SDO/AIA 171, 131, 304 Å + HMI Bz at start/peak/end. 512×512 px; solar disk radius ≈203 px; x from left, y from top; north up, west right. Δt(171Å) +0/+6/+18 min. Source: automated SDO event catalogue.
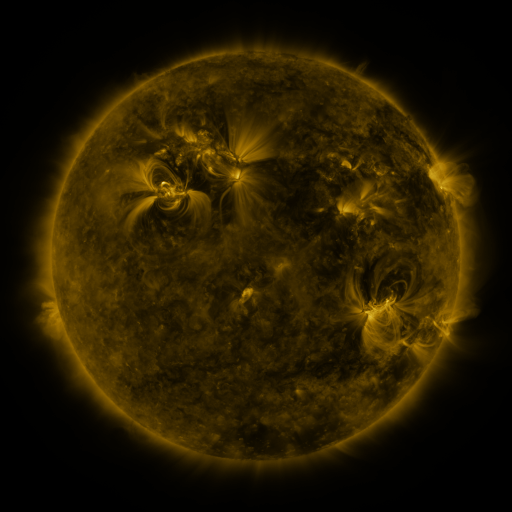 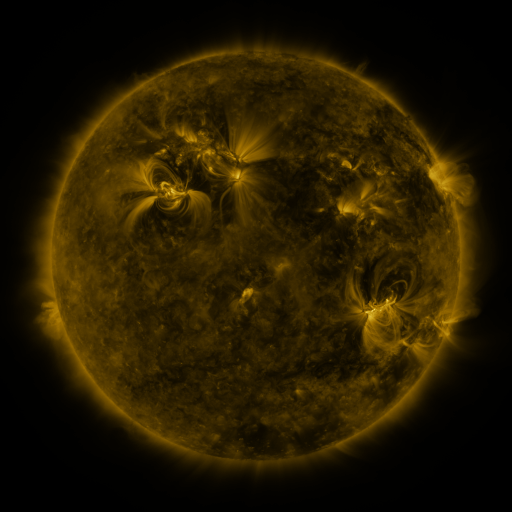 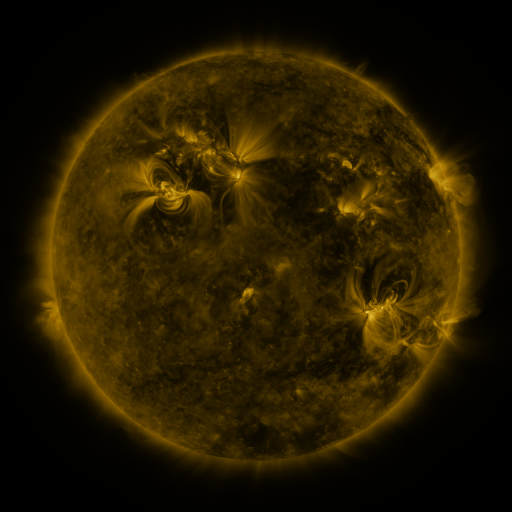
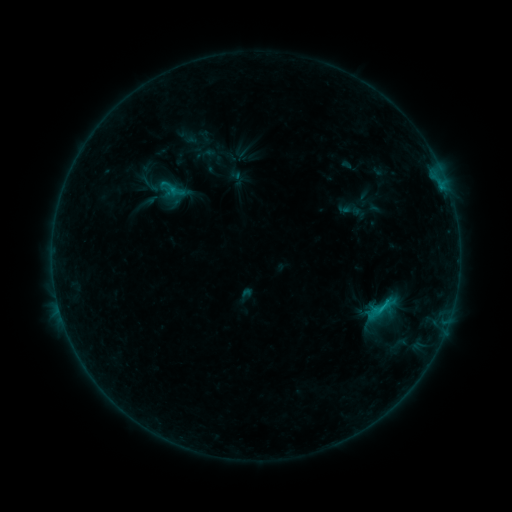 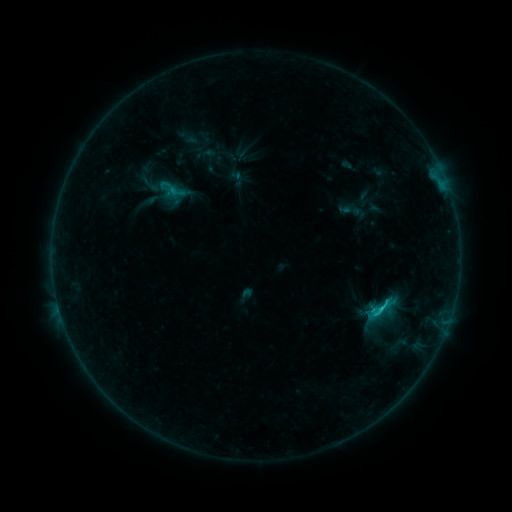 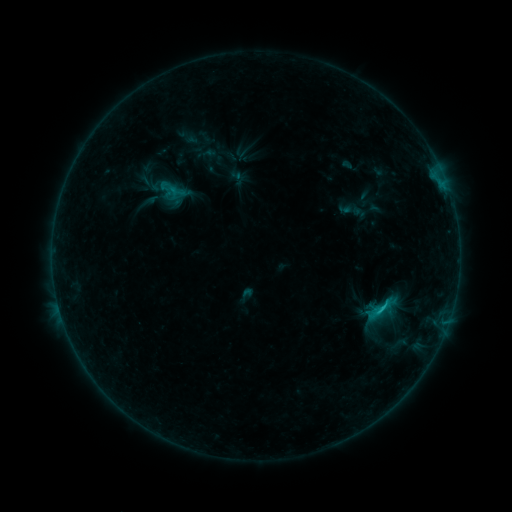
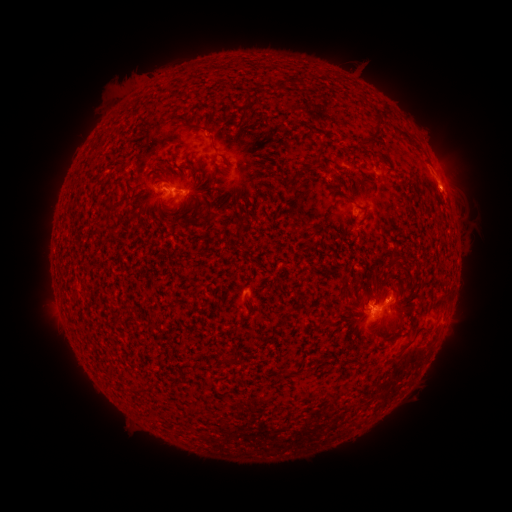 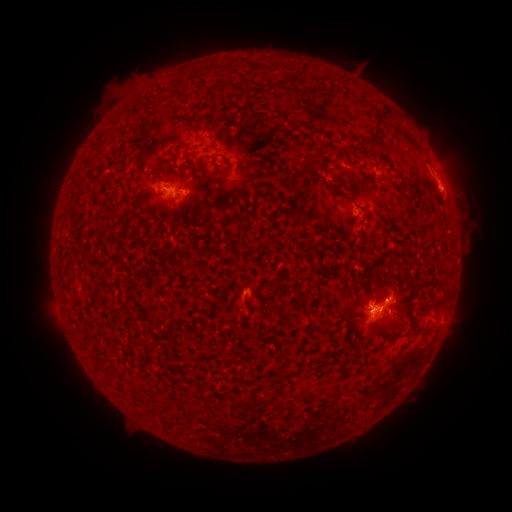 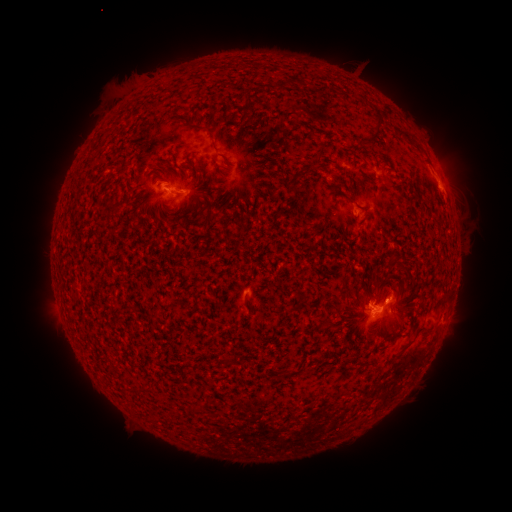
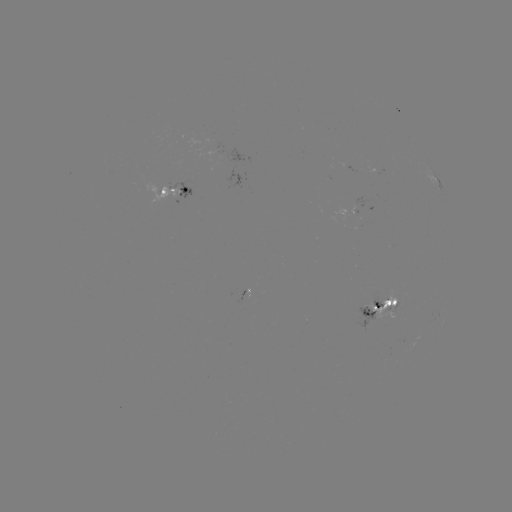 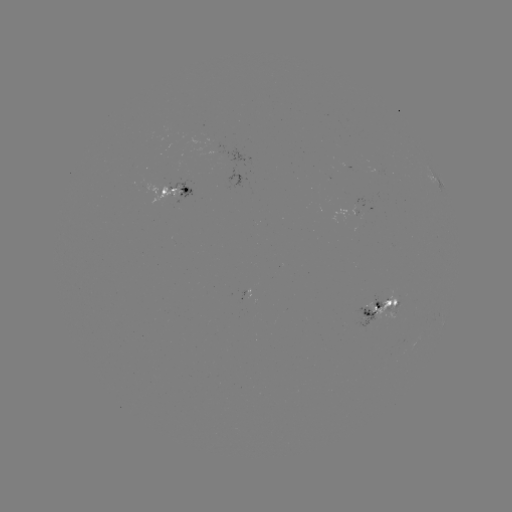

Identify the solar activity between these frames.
C1.5 flare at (370, 310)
